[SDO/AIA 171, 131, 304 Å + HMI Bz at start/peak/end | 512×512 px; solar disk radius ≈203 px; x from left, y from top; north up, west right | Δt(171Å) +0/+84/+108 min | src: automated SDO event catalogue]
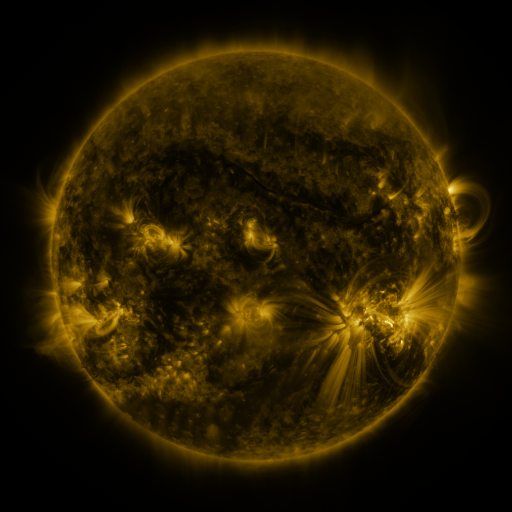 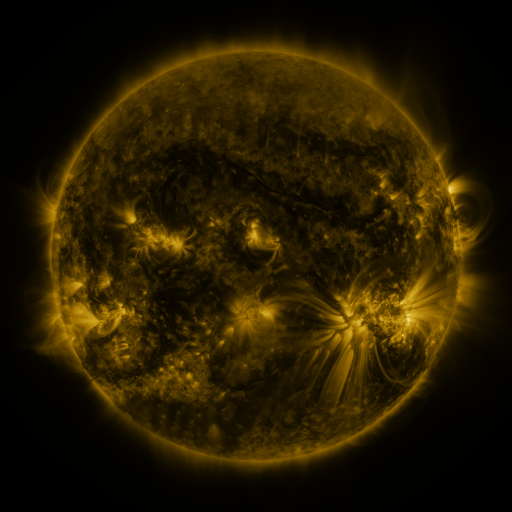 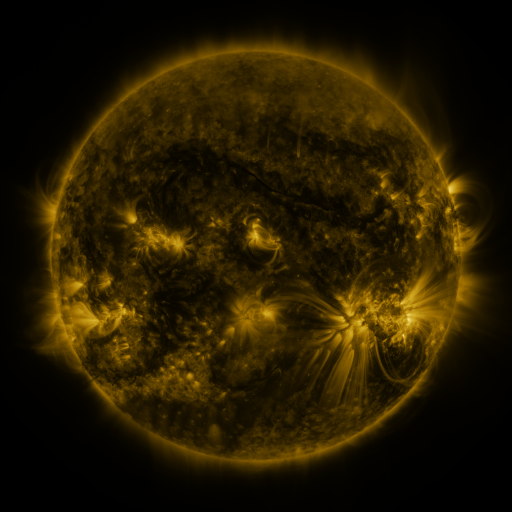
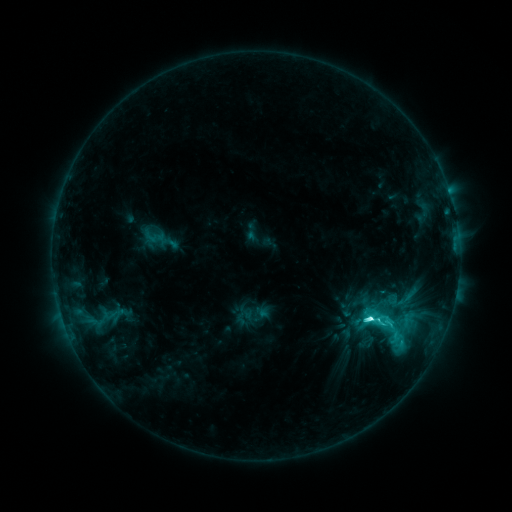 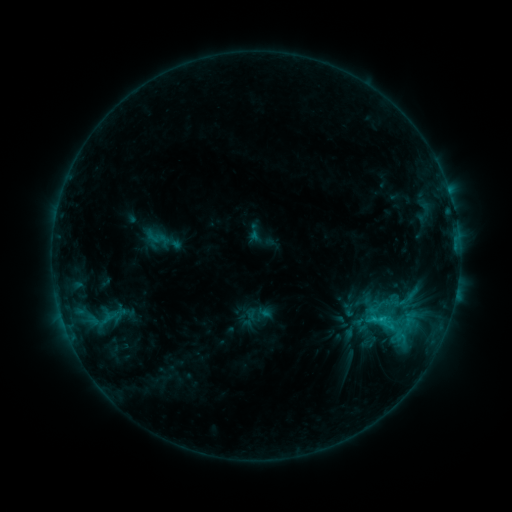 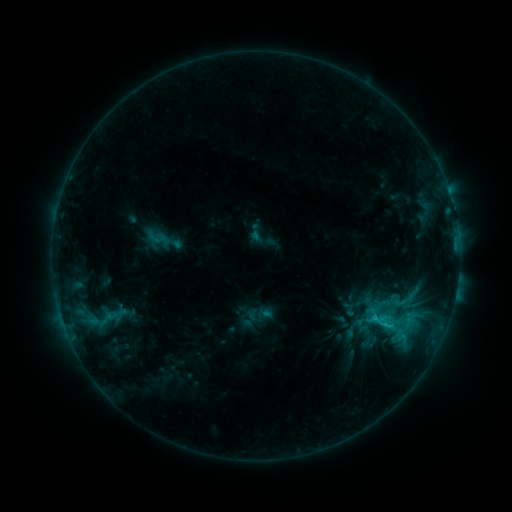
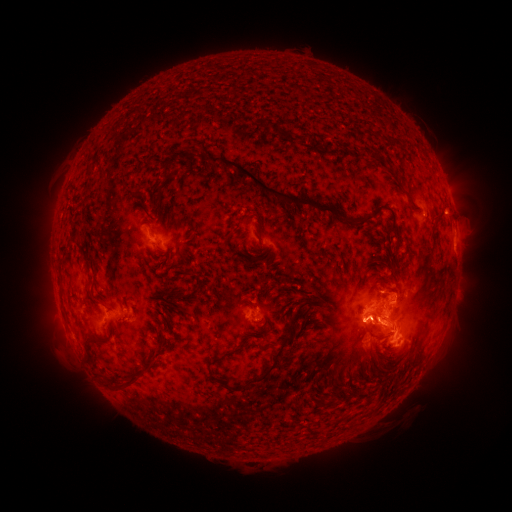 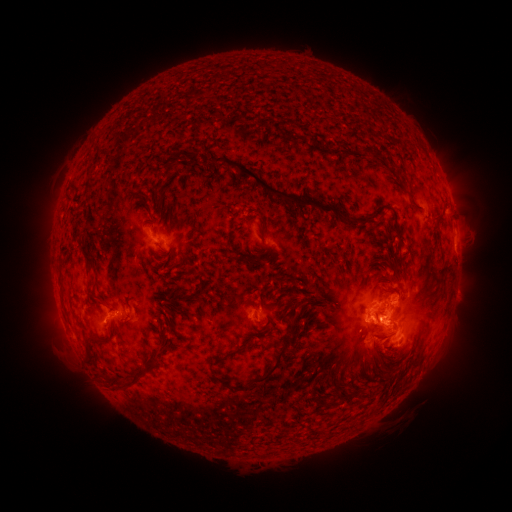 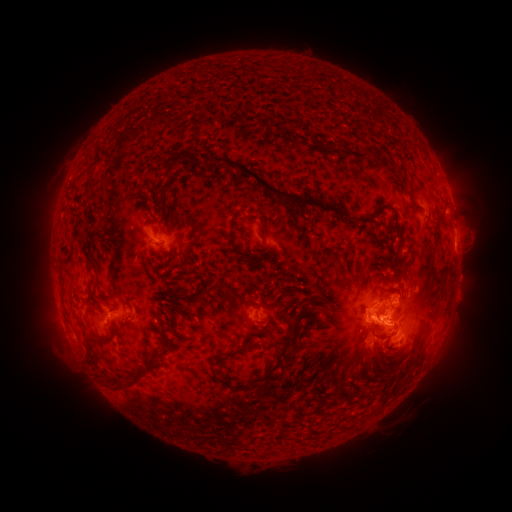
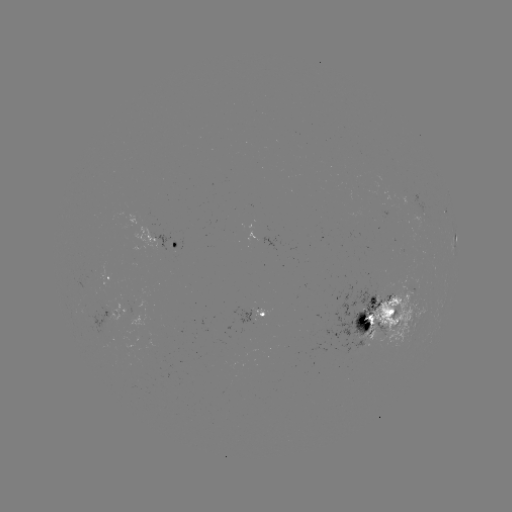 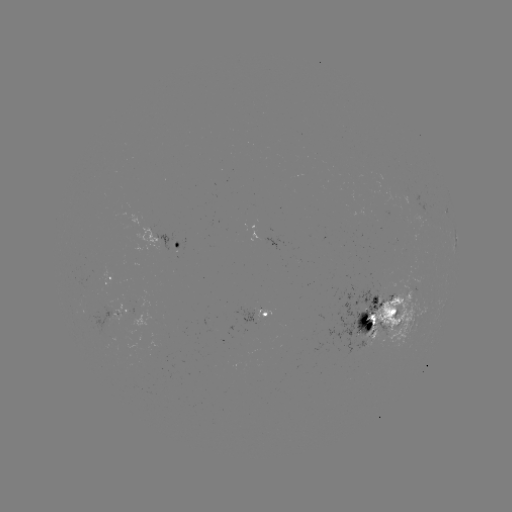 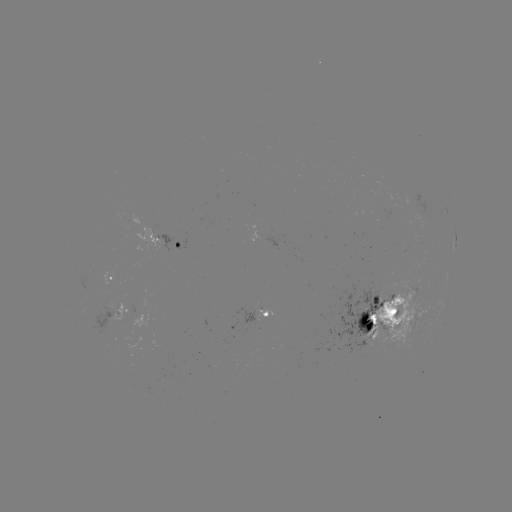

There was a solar emerging-flux region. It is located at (252, 311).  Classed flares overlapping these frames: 1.